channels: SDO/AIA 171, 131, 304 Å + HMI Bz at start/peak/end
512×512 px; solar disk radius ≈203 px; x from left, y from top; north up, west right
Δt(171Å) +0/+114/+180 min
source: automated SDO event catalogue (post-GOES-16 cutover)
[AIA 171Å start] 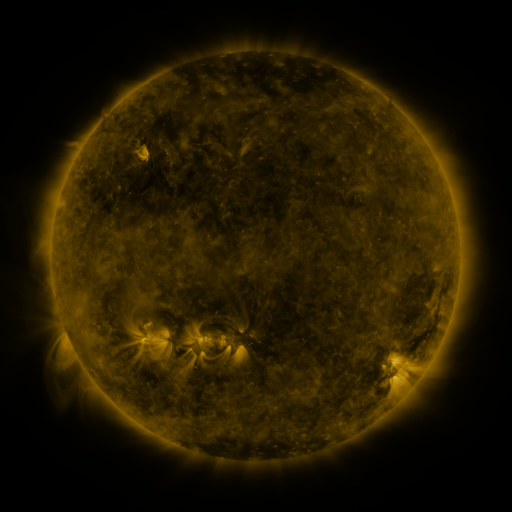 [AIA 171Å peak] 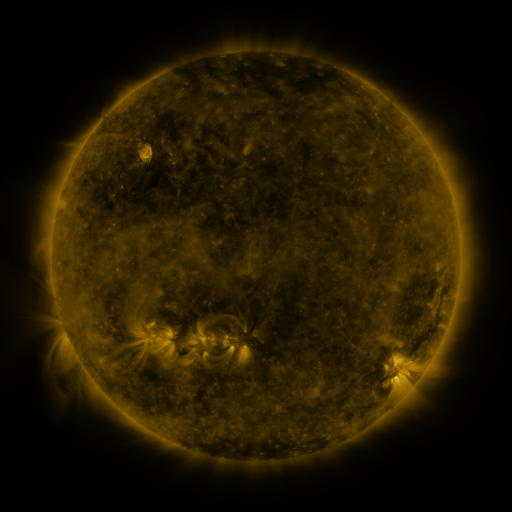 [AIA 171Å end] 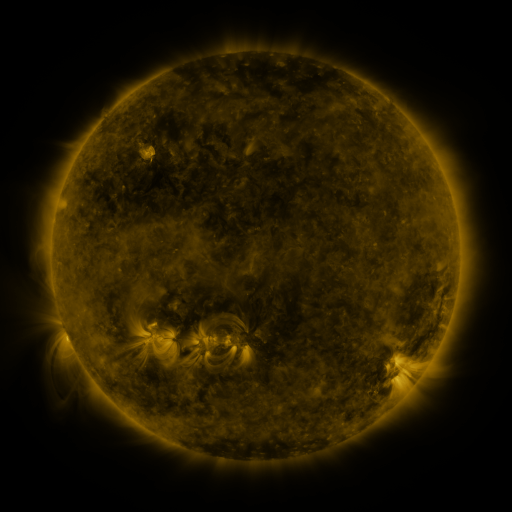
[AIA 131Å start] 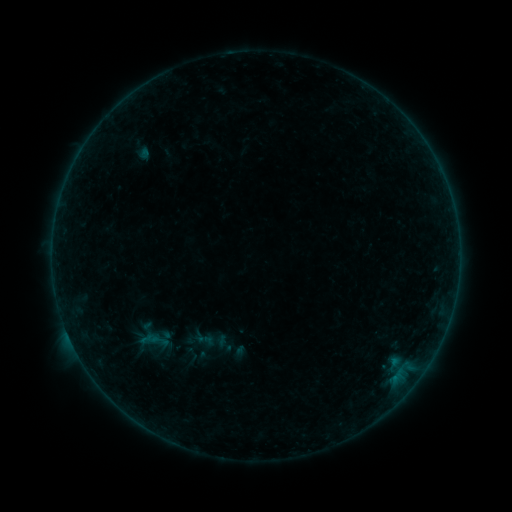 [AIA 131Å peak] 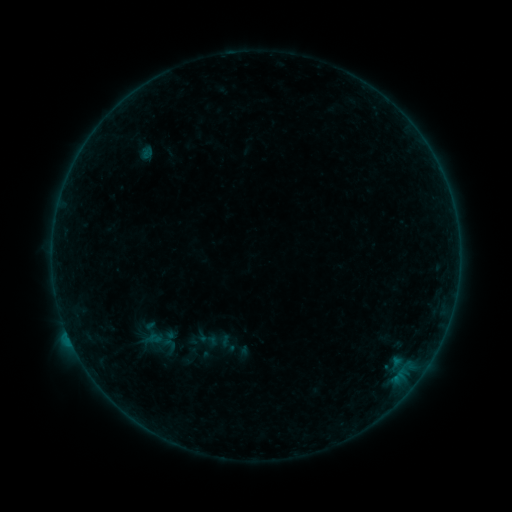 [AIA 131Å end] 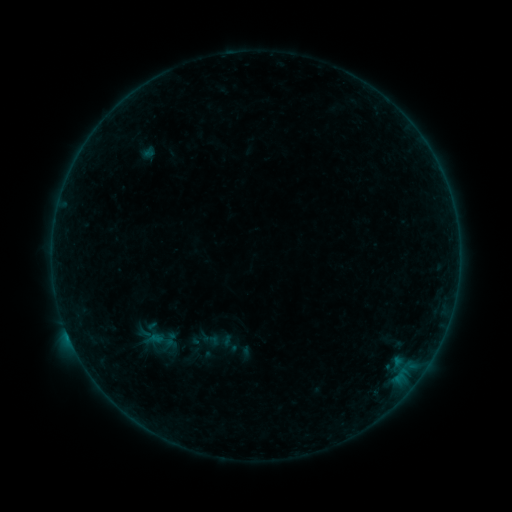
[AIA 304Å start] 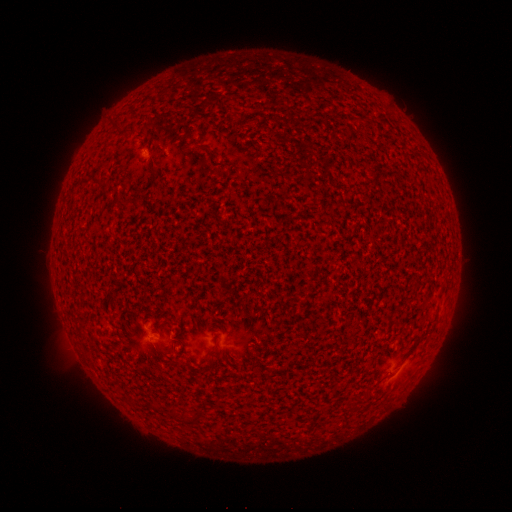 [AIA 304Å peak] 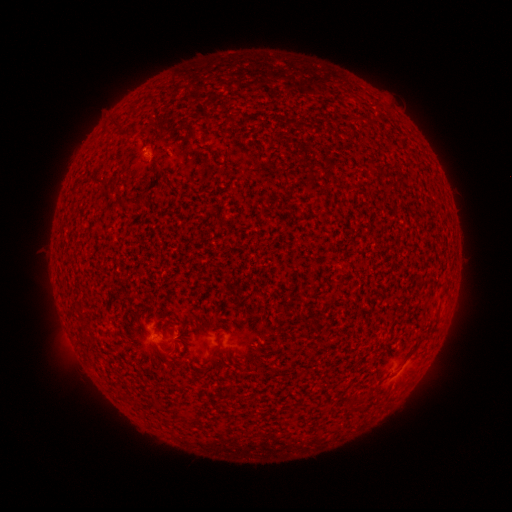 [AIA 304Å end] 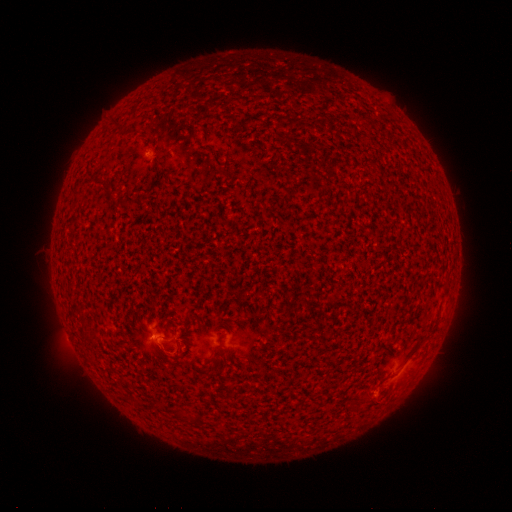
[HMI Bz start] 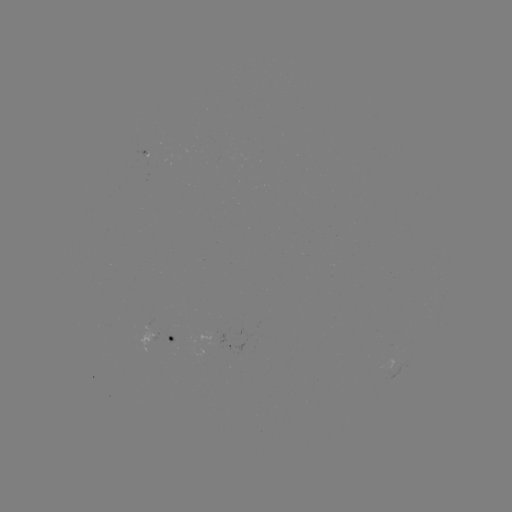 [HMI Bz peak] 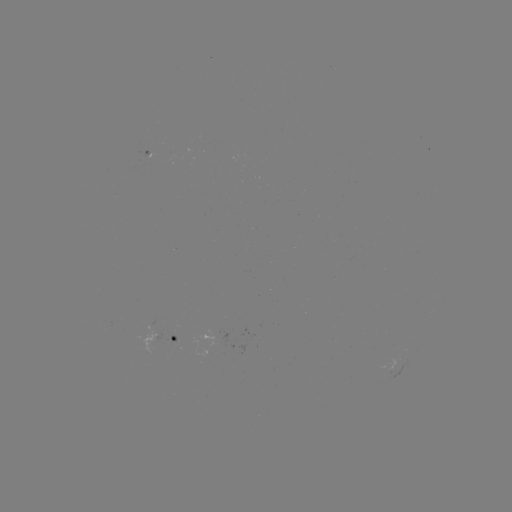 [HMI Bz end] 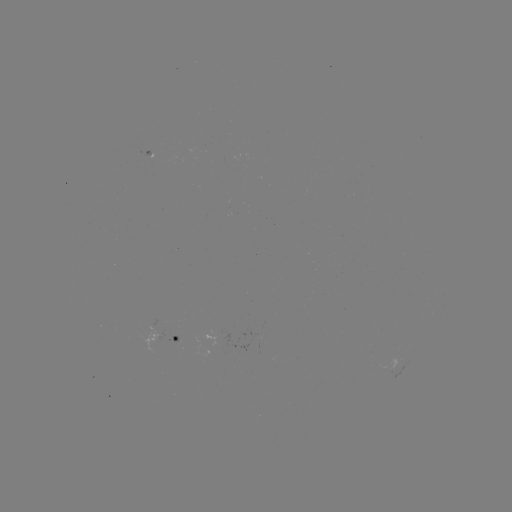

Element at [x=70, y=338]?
B5.4 flare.